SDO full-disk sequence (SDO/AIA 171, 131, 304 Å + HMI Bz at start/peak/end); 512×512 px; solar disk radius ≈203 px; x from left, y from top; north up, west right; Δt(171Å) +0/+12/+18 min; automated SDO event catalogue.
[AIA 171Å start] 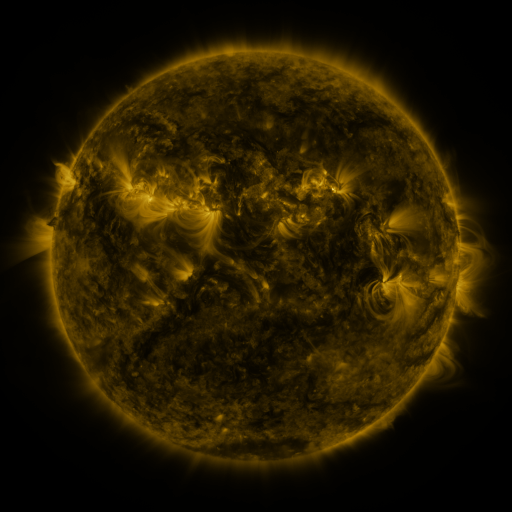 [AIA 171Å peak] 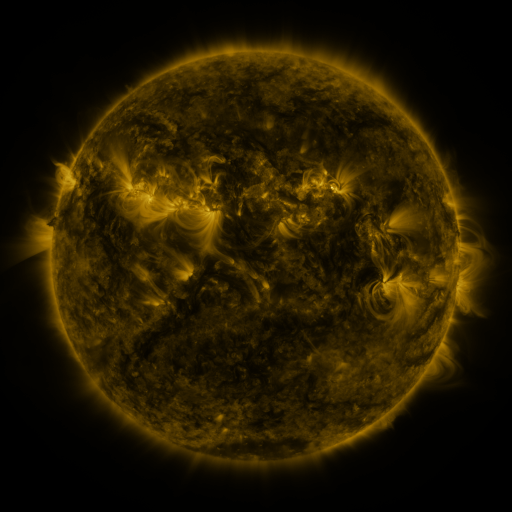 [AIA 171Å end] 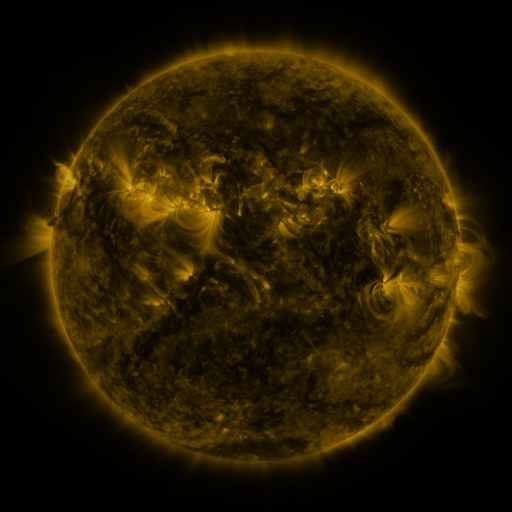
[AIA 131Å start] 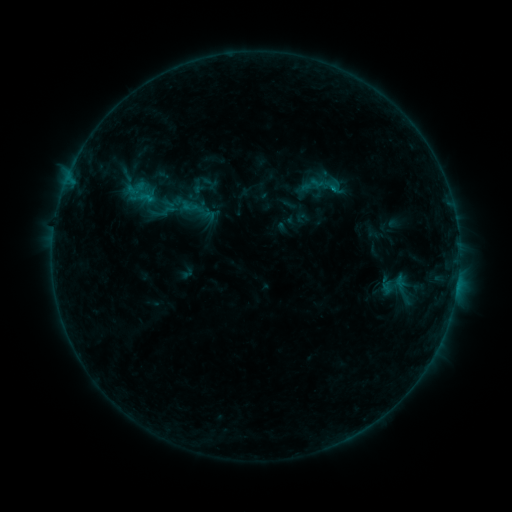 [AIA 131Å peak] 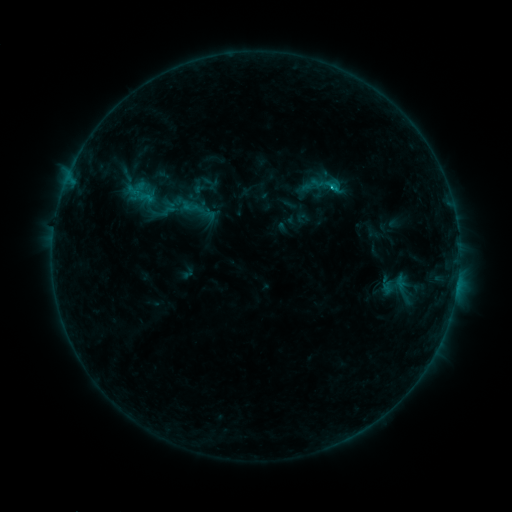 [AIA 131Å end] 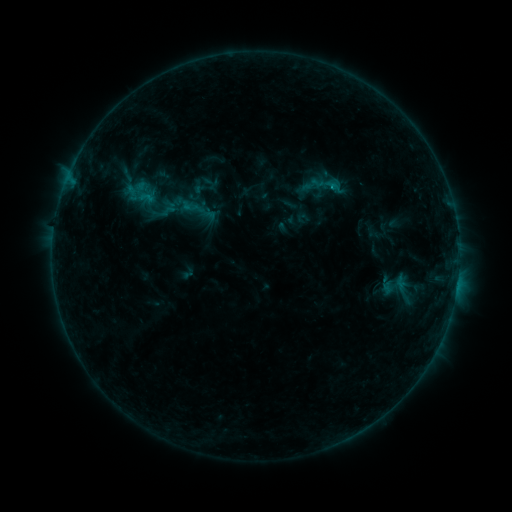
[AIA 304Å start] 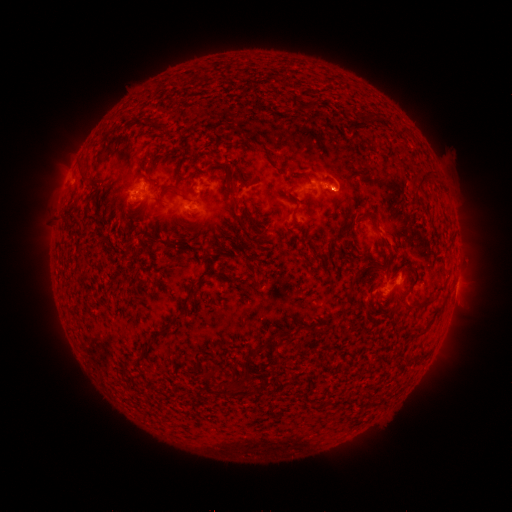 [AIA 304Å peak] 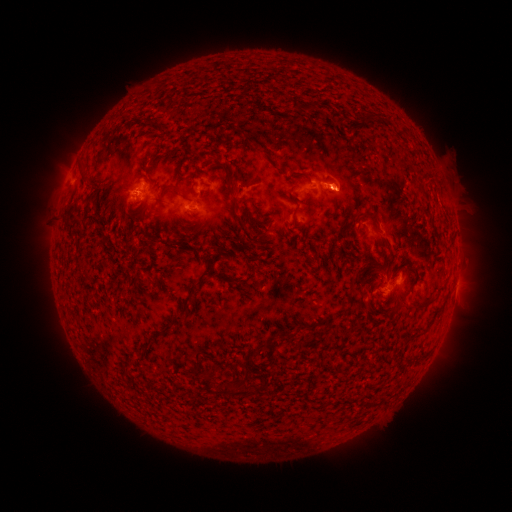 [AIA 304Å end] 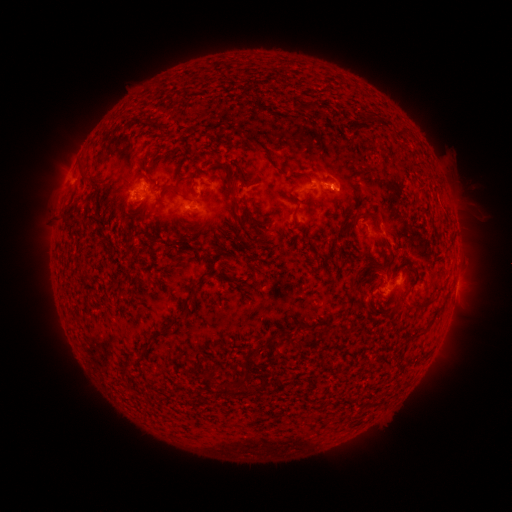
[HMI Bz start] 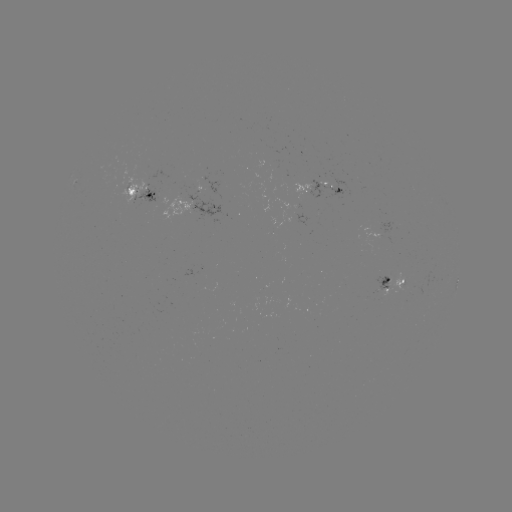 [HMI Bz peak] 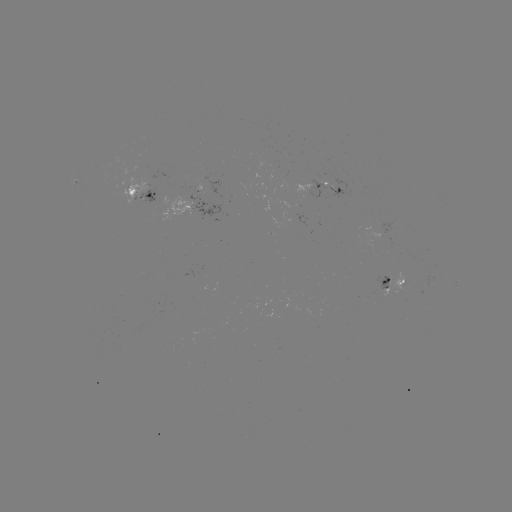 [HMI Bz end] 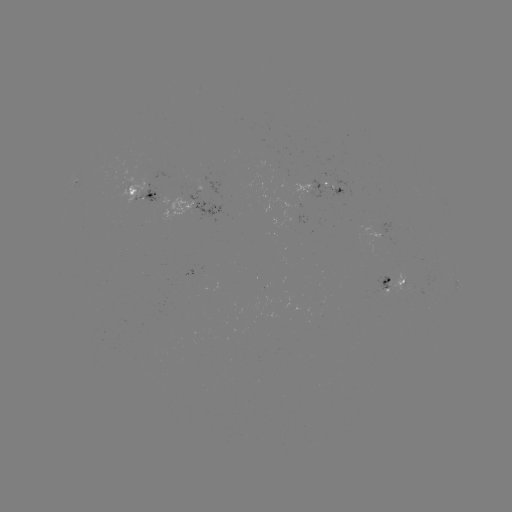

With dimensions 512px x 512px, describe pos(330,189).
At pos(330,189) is B7.9 flare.